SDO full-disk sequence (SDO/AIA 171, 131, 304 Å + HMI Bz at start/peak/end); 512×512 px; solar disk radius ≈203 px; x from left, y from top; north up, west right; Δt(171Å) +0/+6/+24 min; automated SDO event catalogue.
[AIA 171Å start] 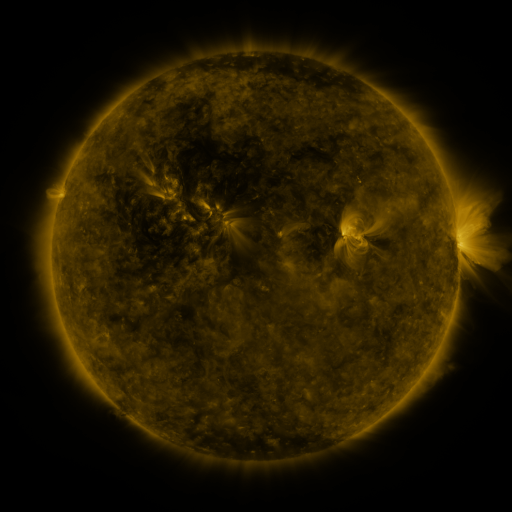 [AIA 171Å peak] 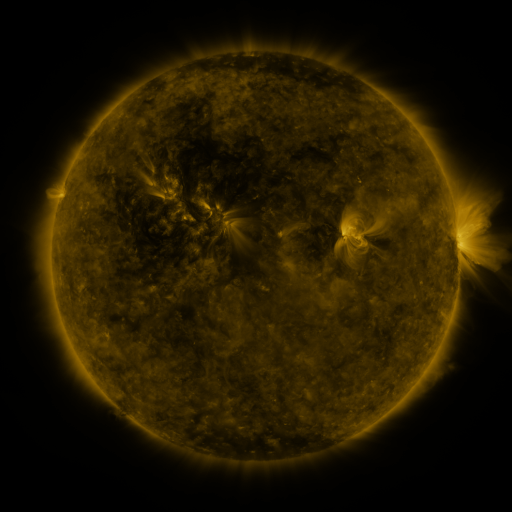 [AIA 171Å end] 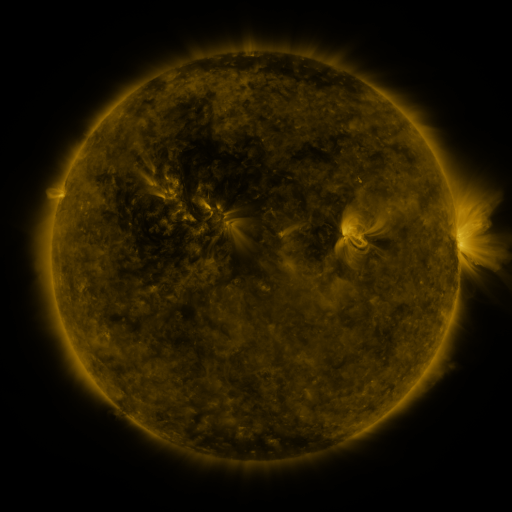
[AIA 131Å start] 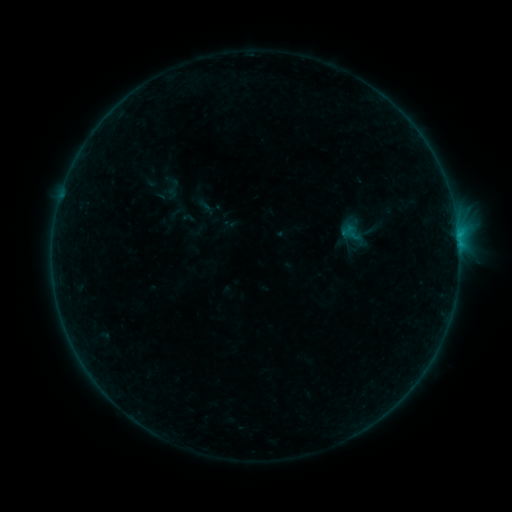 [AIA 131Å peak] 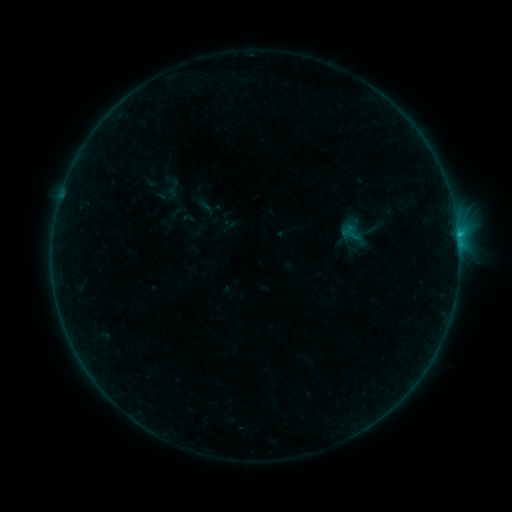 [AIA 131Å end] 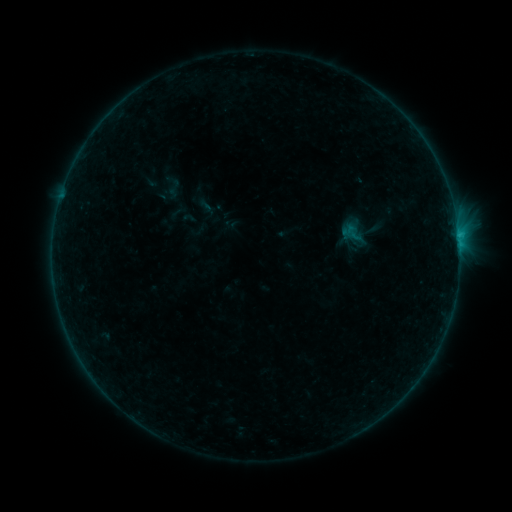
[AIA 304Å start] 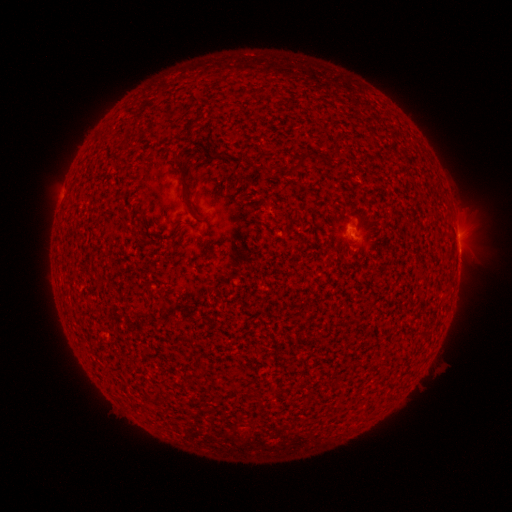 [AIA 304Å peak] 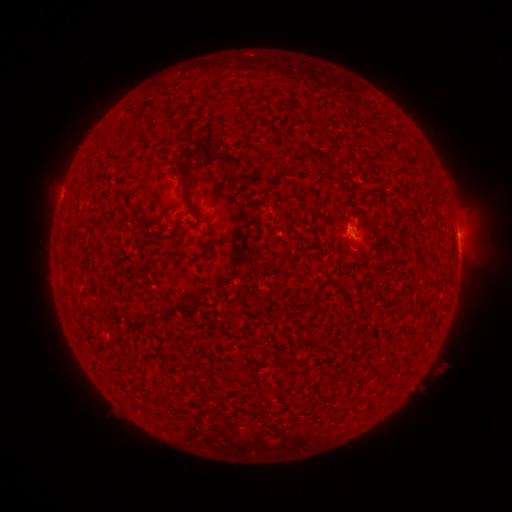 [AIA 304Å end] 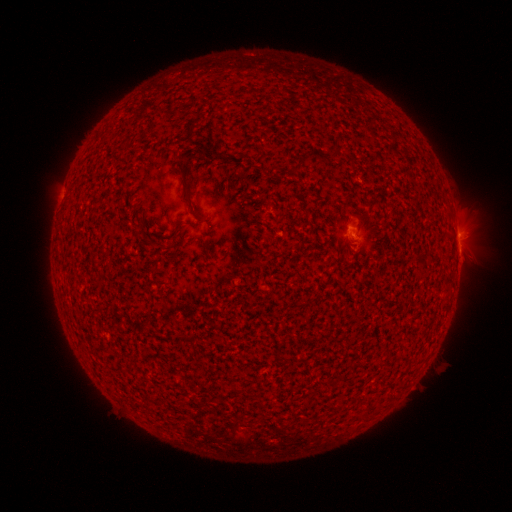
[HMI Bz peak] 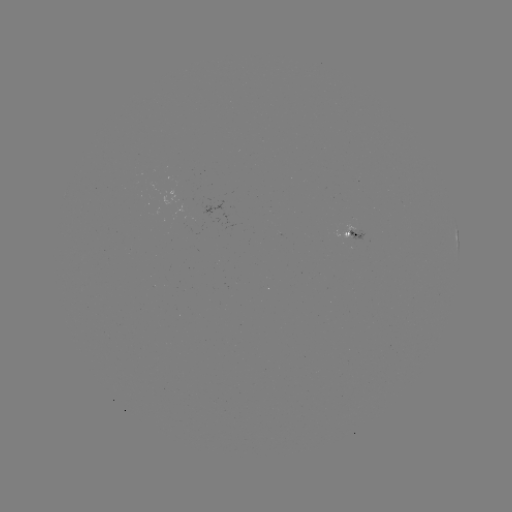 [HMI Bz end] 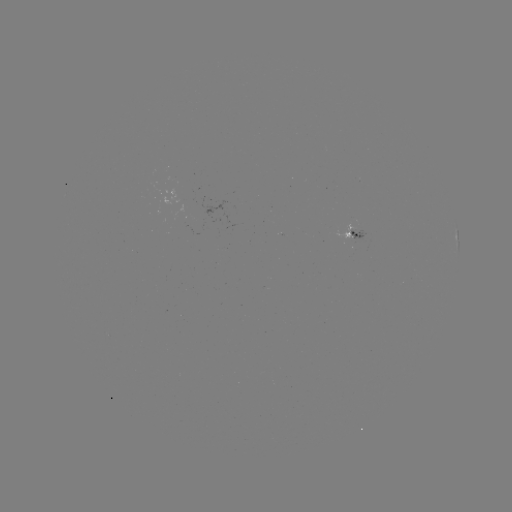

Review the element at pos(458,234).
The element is B2.9 flare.